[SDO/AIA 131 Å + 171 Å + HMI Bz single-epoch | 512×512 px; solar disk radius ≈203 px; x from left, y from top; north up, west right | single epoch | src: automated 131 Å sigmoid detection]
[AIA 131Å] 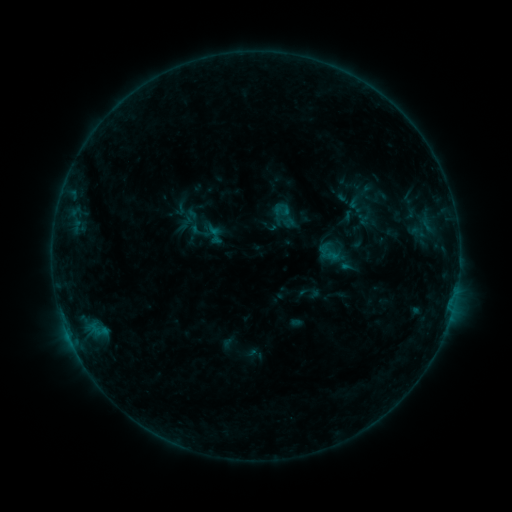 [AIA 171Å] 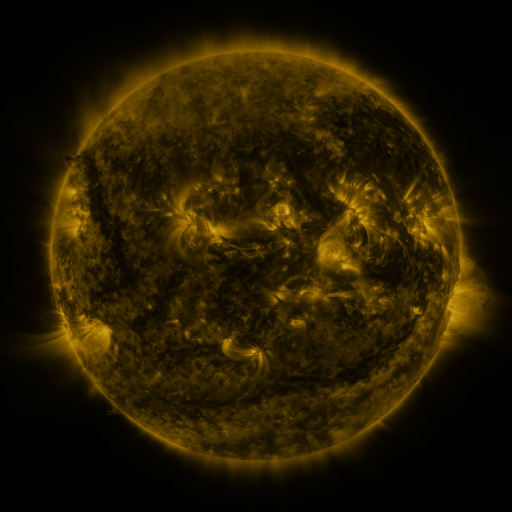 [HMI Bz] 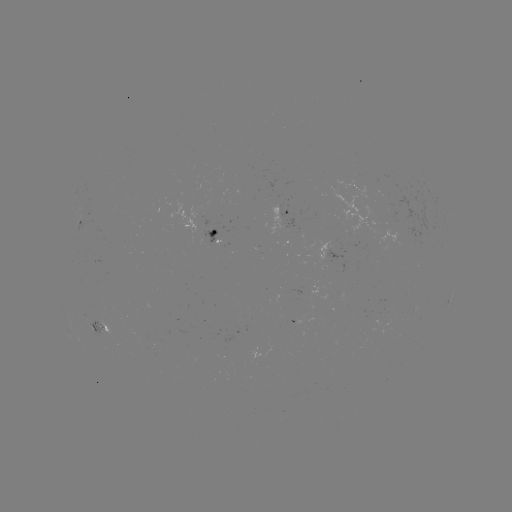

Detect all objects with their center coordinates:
sigmoid: (172, 200, 189, 218)
sigmoid: (189, 220, 211, 243)
